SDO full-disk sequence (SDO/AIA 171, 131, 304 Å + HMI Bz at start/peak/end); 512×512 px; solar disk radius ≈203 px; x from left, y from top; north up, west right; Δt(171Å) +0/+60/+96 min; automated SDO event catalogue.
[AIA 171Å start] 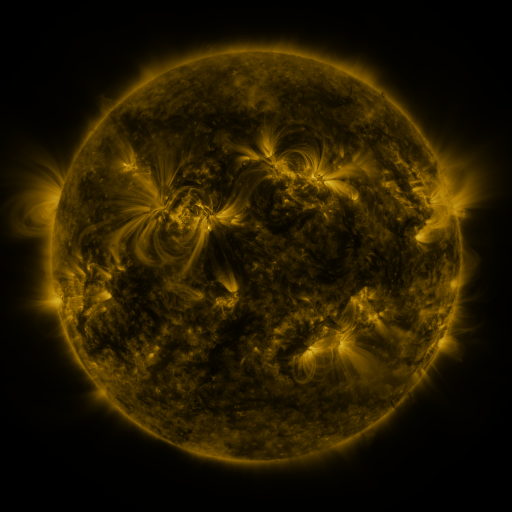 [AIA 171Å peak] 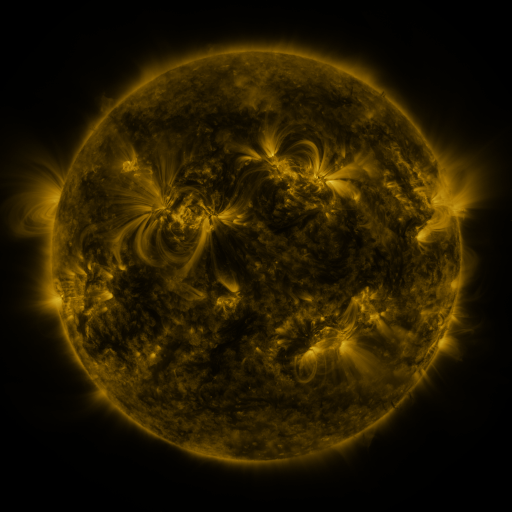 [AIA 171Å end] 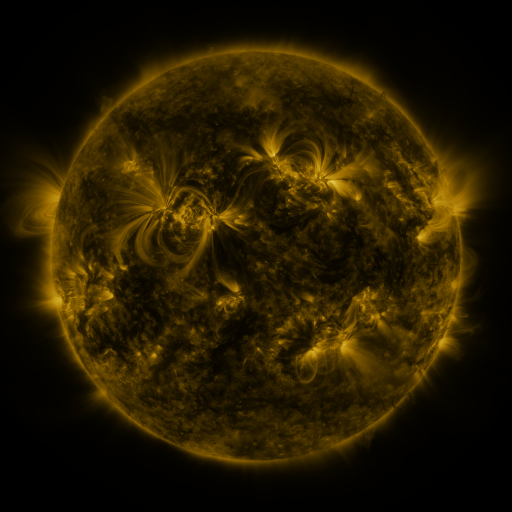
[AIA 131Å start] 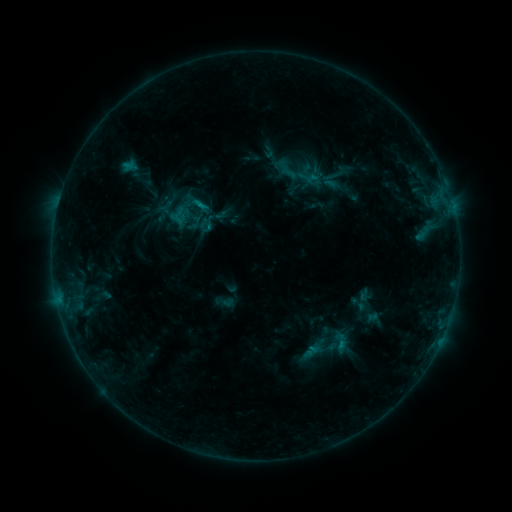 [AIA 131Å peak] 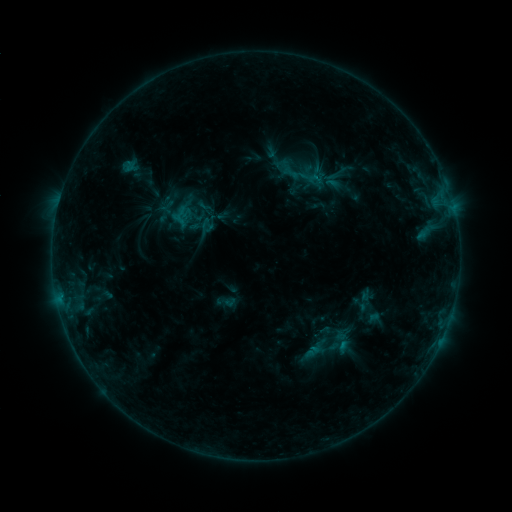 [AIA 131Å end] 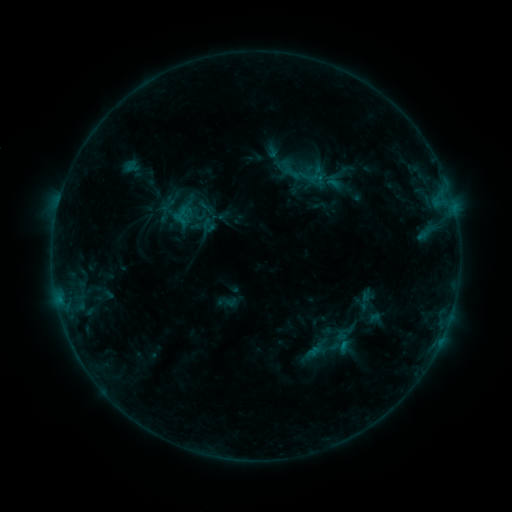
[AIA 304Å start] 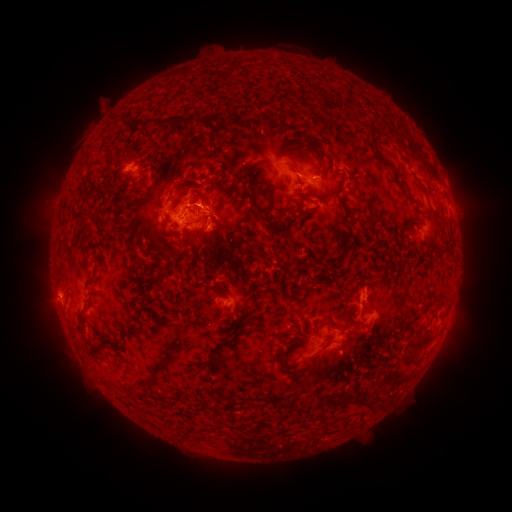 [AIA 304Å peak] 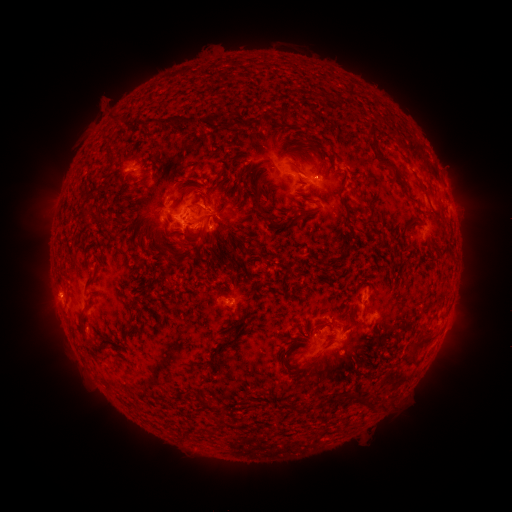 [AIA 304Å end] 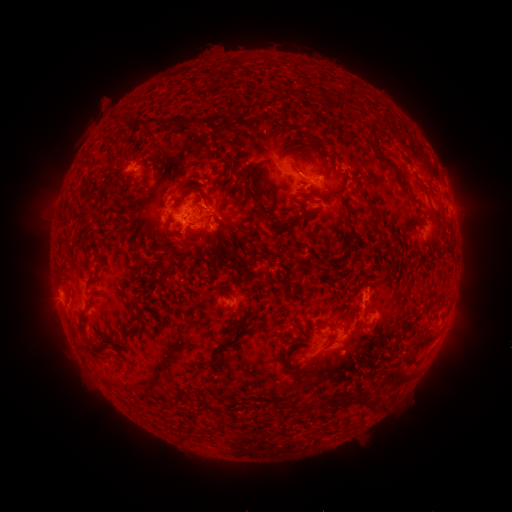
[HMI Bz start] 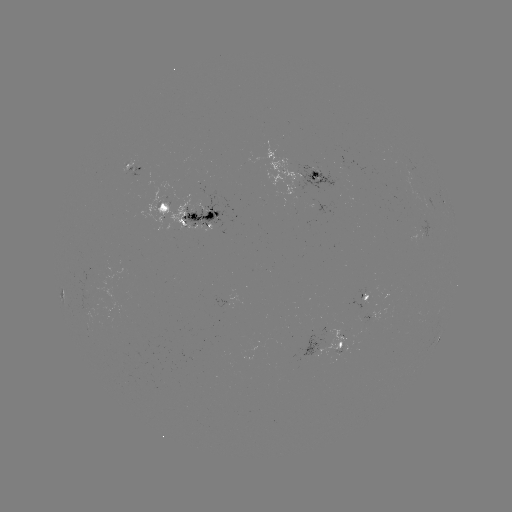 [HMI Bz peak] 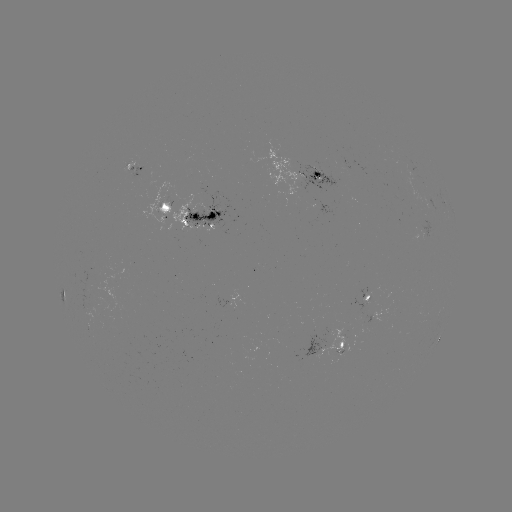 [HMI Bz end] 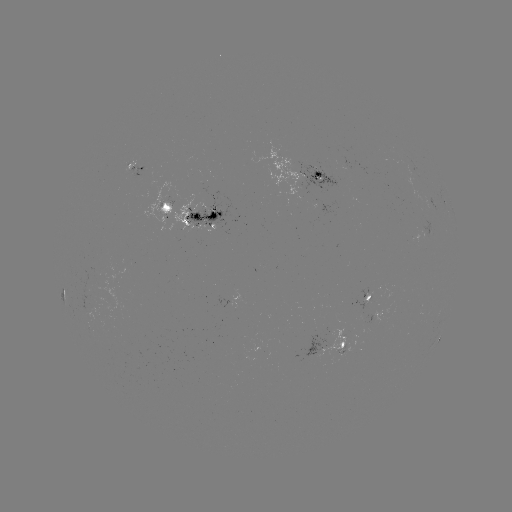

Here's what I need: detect emerging-flux region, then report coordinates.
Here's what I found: emerging-flux region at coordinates (339, 356).